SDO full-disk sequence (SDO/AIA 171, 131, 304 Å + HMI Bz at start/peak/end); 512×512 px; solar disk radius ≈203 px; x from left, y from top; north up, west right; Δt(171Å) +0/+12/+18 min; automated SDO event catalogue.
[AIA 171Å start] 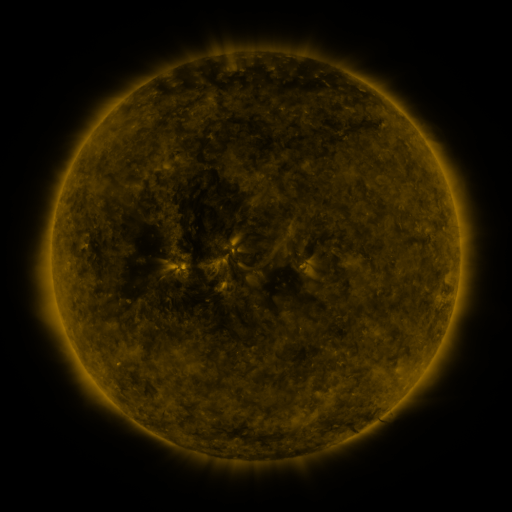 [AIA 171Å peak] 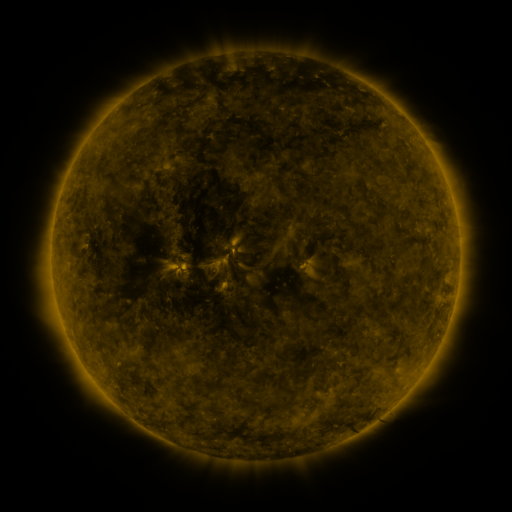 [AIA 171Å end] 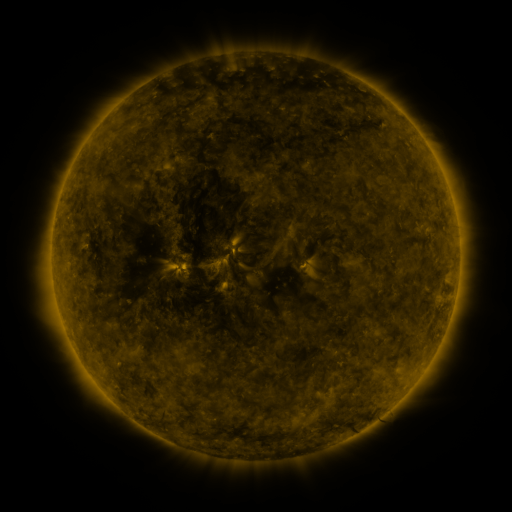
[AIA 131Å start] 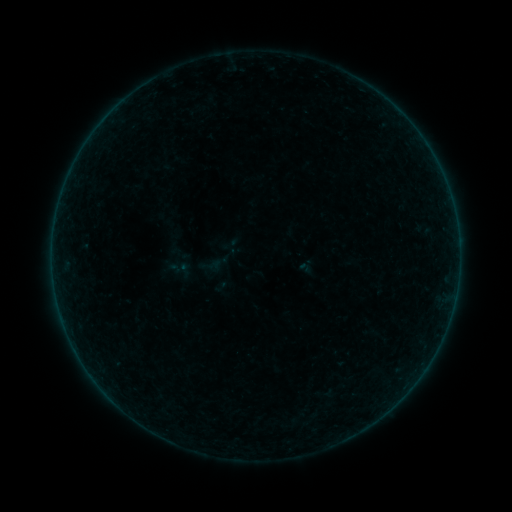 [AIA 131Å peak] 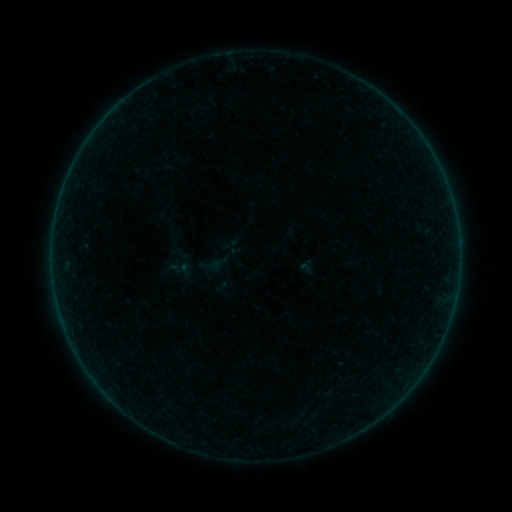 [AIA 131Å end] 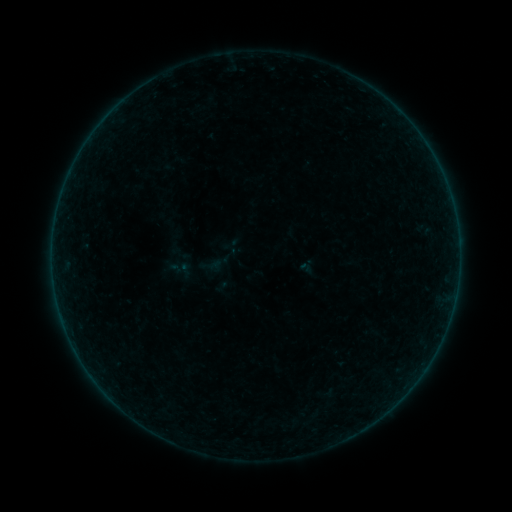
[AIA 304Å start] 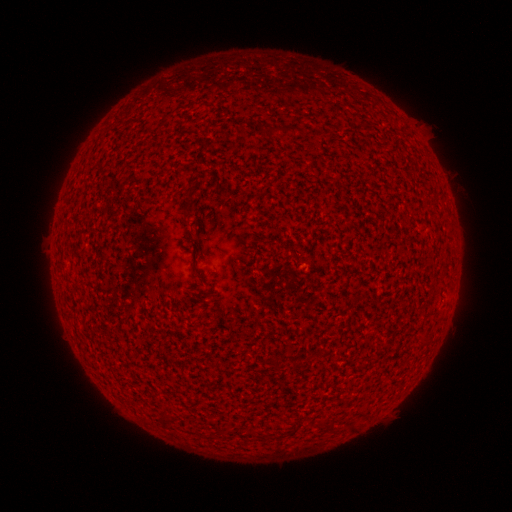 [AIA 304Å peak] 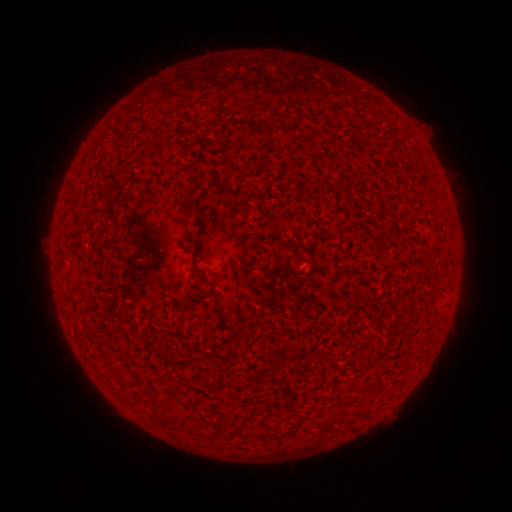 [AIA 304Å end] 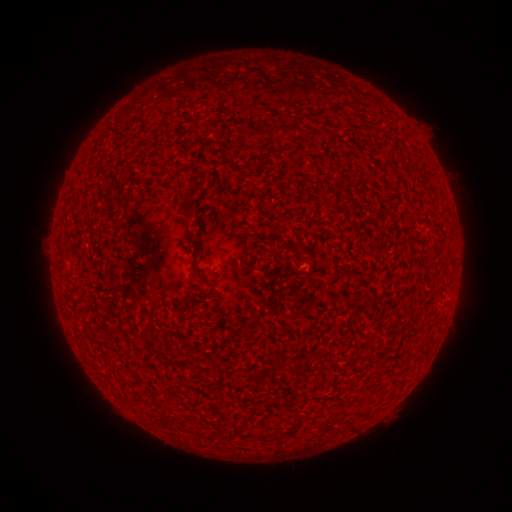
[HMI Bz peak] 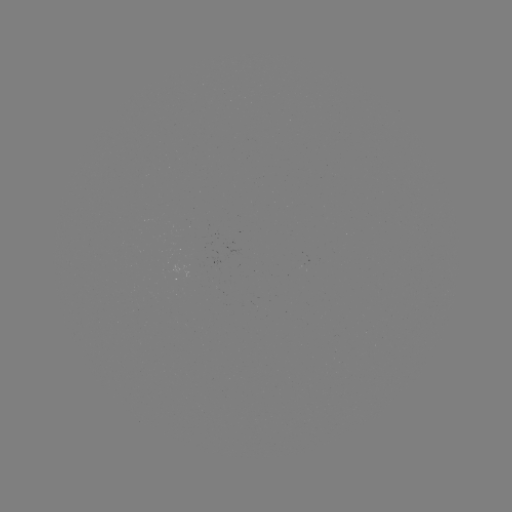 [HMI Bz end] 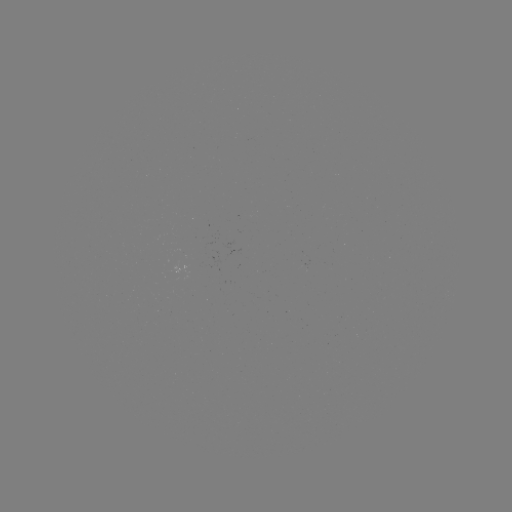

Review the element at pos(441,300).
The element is A1.4 flare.